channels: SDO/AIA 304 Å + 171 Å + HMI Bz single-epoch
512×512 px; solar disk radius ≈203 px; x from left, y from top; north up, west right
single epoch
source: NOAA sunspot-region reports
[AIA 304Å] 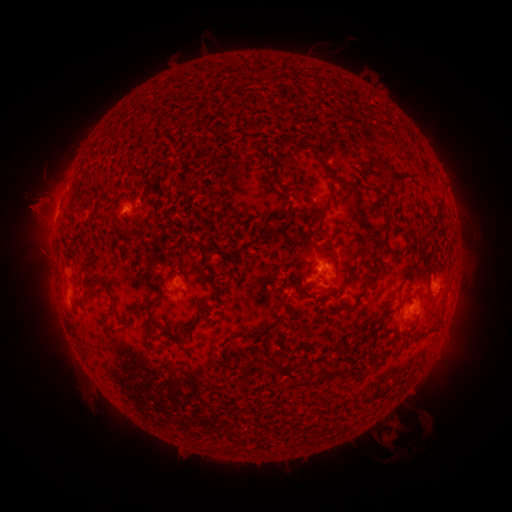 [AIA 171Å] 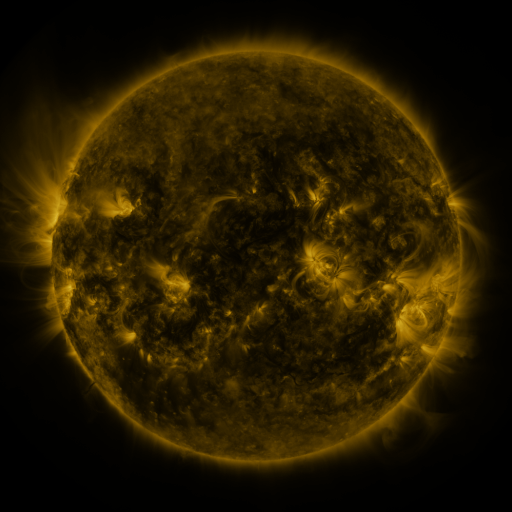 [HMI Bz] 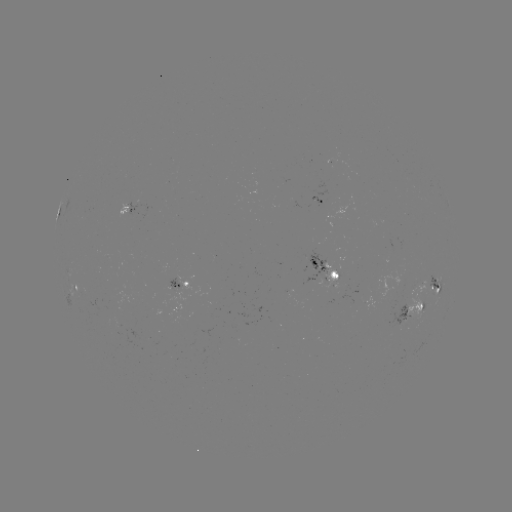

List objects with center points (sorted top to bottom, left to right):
spotted active region: (320, 201)
spotted active region: (126, 210)
spotted active region: (325, 268)
spotted active region: (436, 281)
spotted active region: (181, 286)
spotted active region: (75, 292)
spotted active region: (413, 307)
